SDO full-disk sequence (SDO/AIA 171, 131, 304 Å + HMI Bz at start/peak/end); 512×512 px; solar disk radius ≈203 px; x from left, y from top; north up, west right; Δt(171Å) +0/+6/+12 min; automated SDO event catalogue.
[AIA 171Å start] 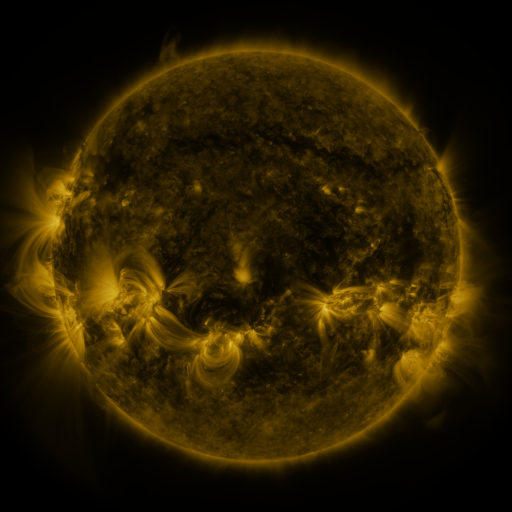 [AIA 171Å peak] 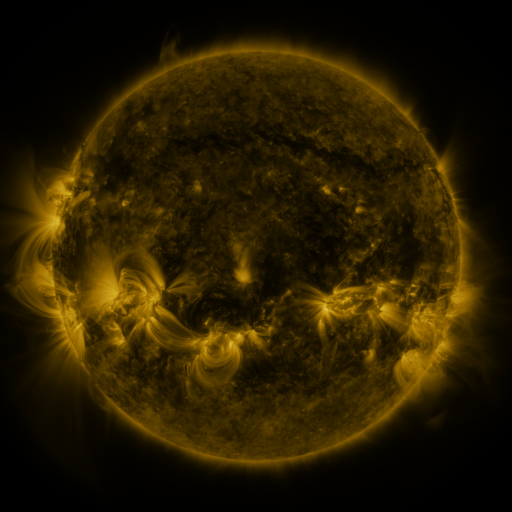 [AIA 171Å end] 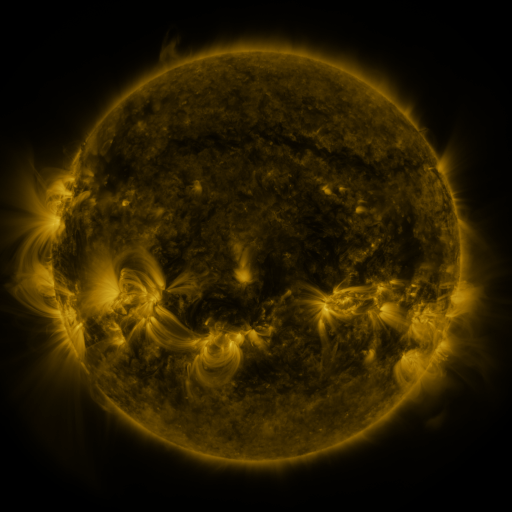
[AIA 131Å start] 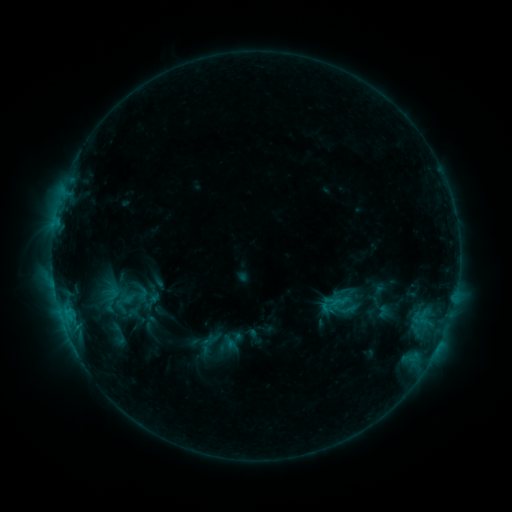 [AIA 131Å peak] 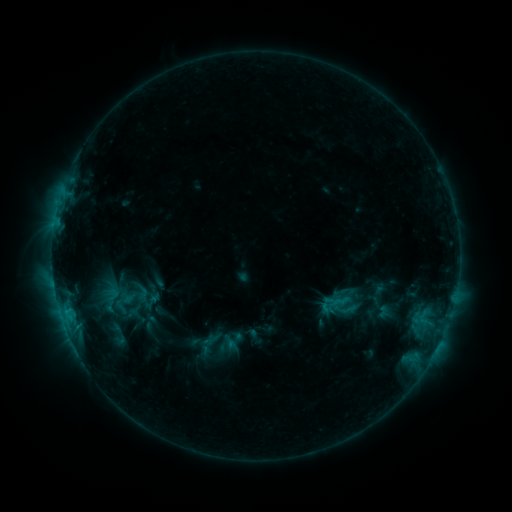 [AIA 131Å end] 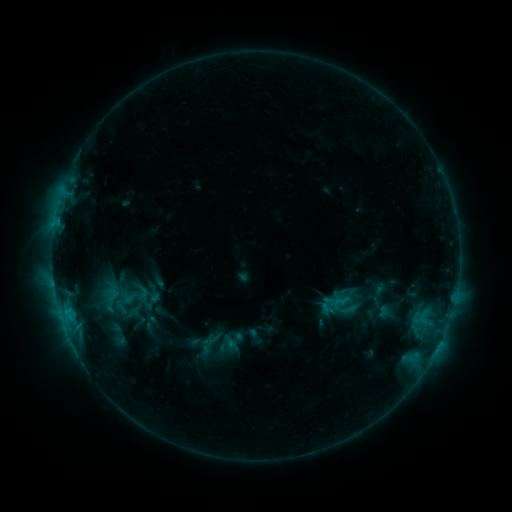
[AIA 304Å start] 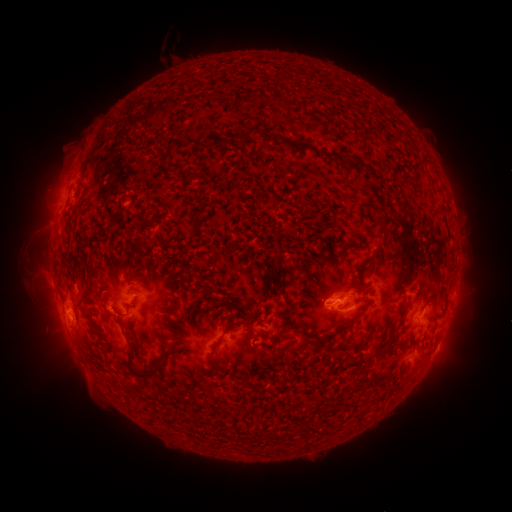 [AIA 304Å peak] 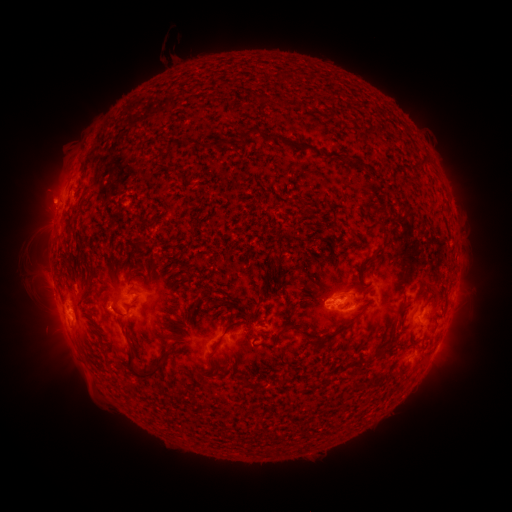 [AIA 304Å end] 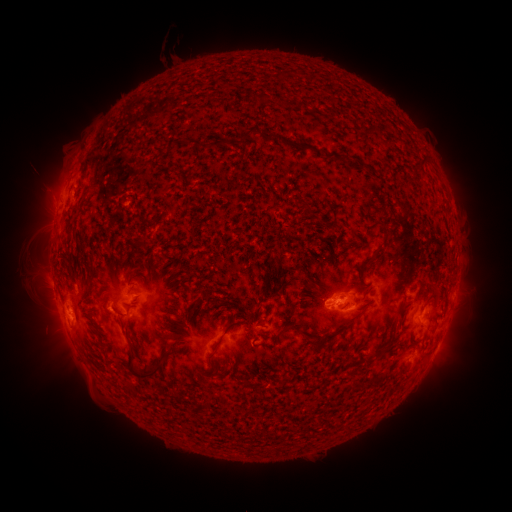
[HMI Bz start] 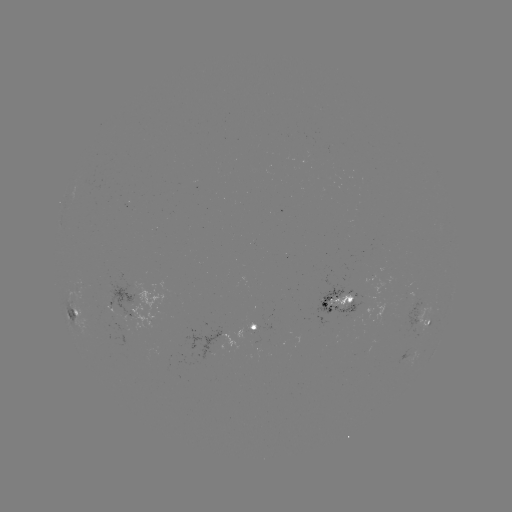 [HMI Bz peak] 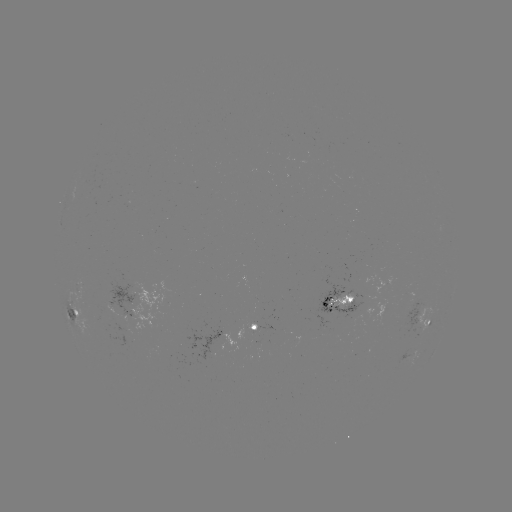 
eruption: <bbox>17, 171, 75, 228</bbox>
